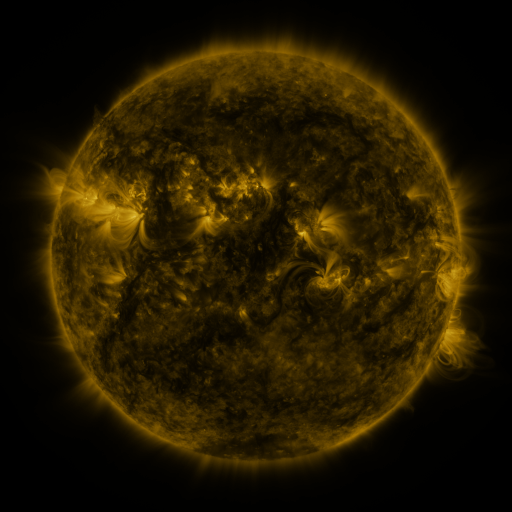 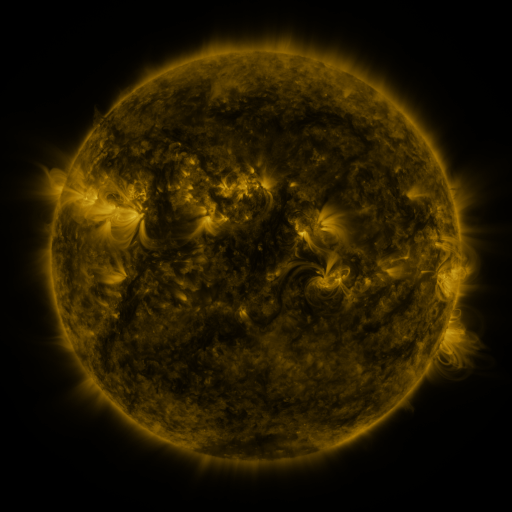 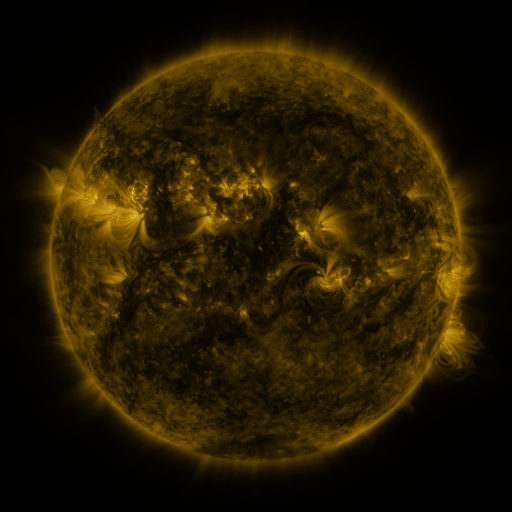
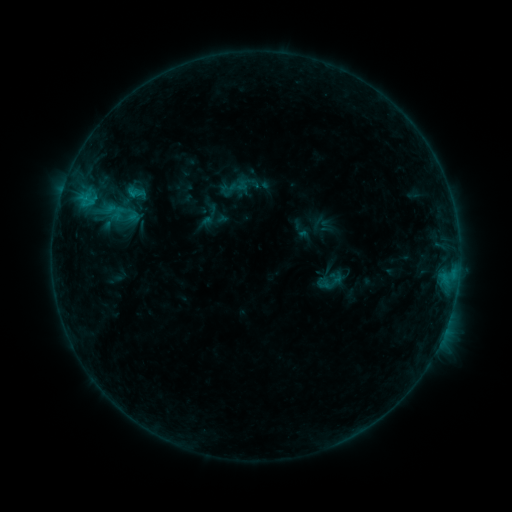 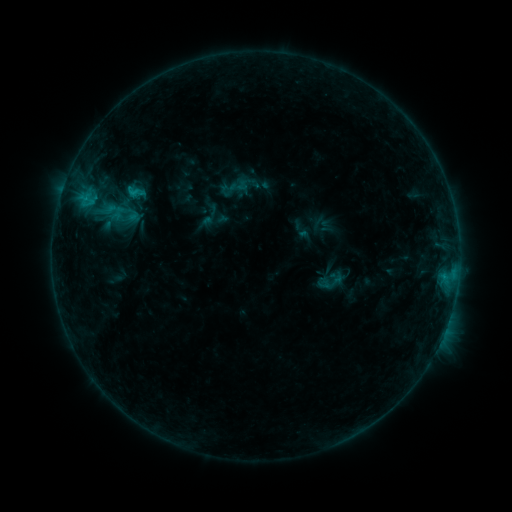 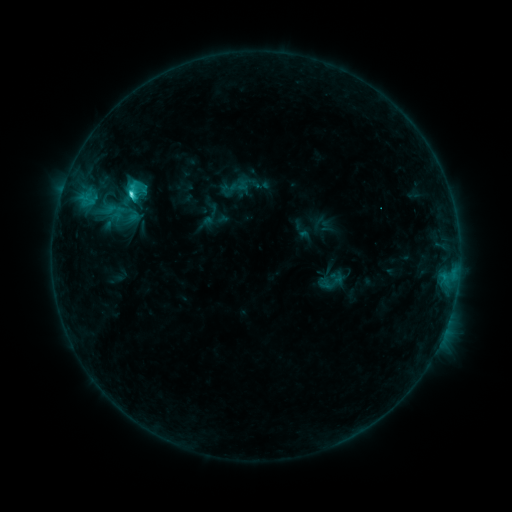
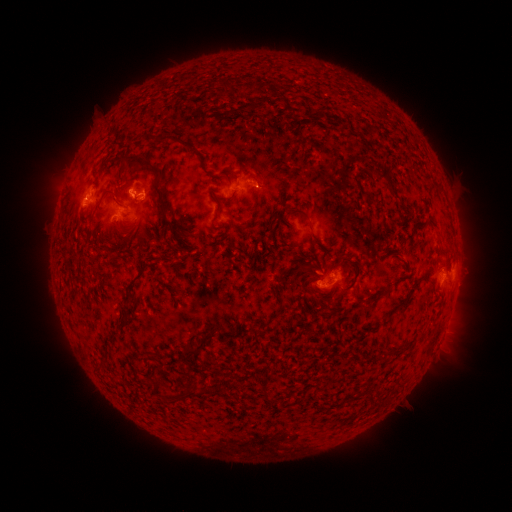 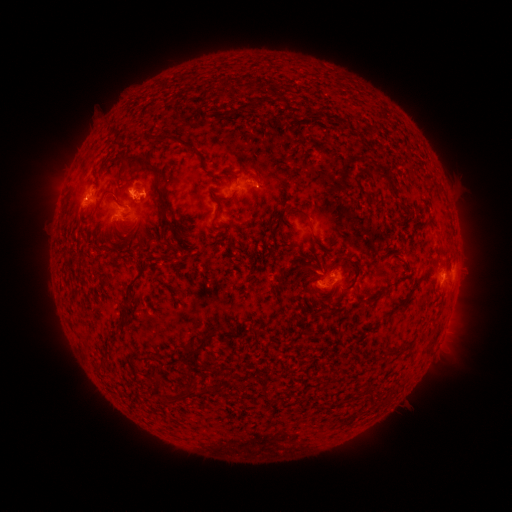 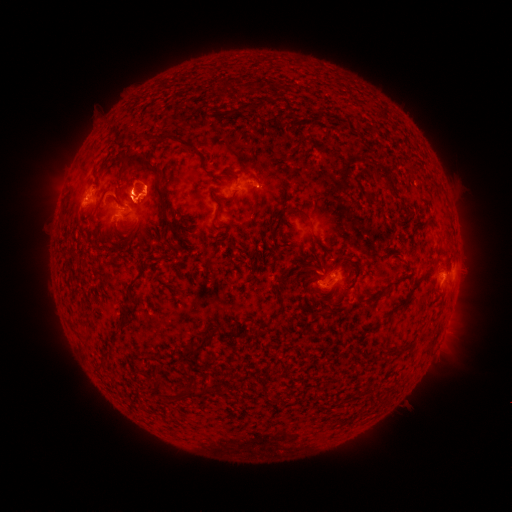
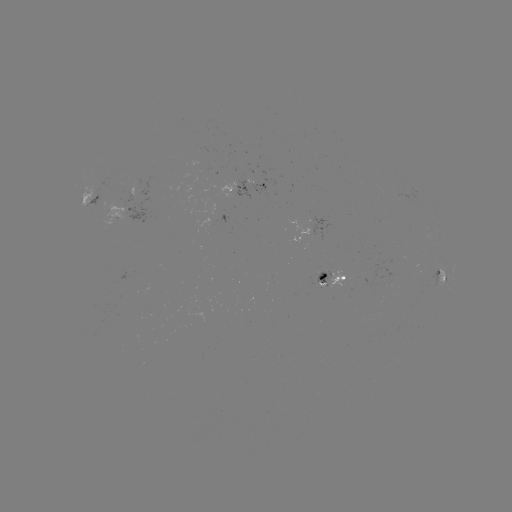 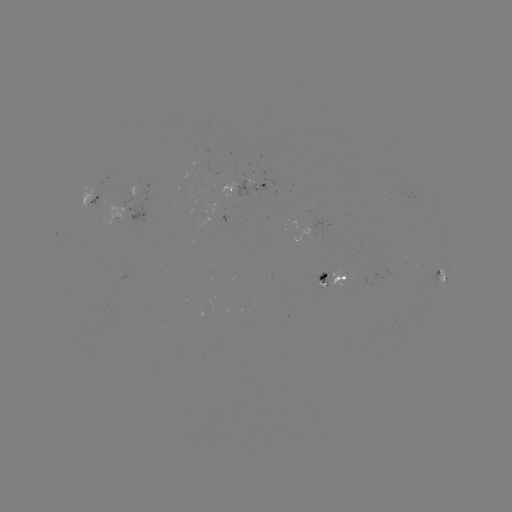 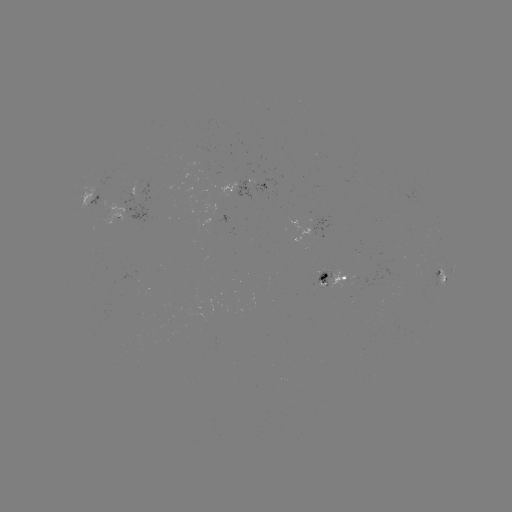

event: eruption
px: (135, 190)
